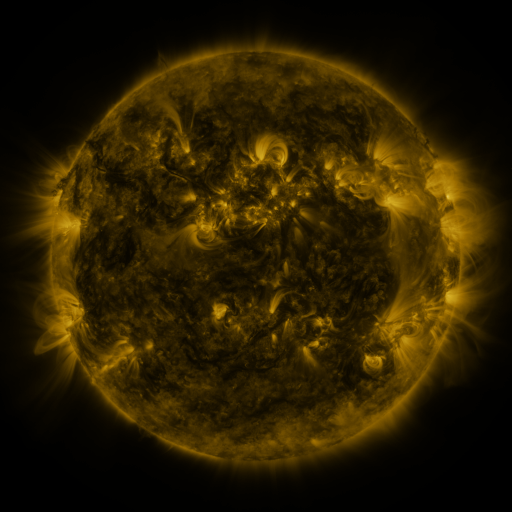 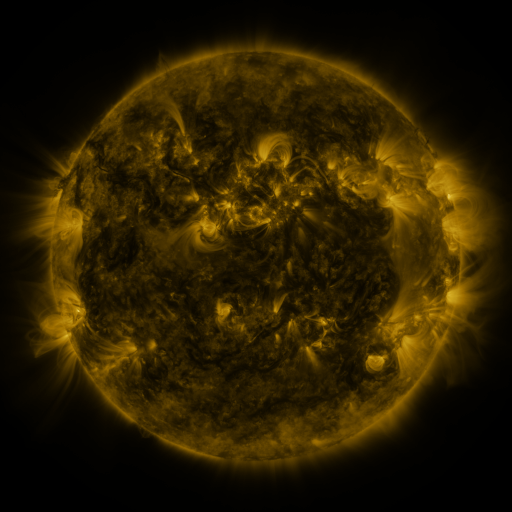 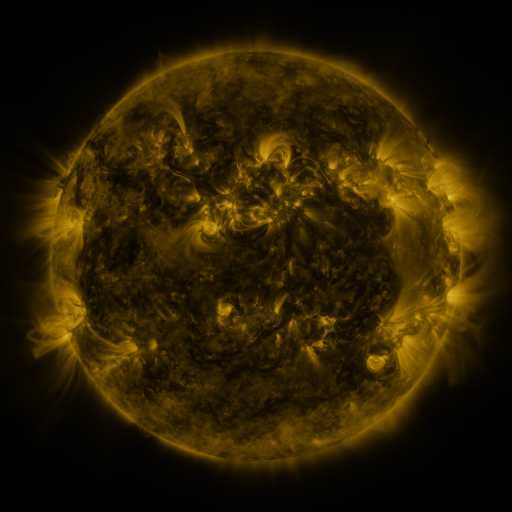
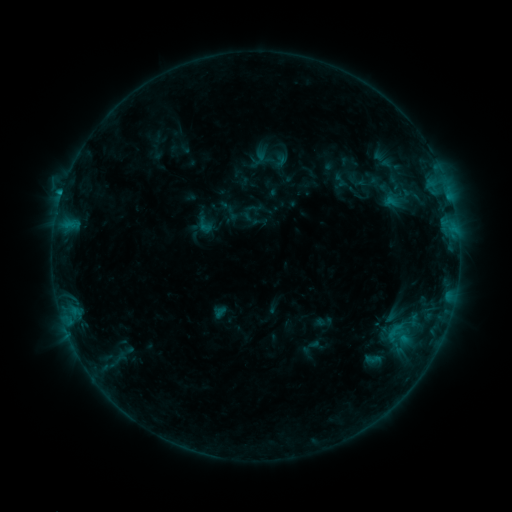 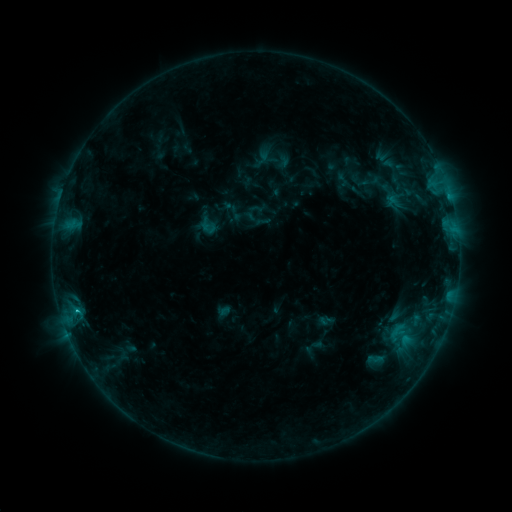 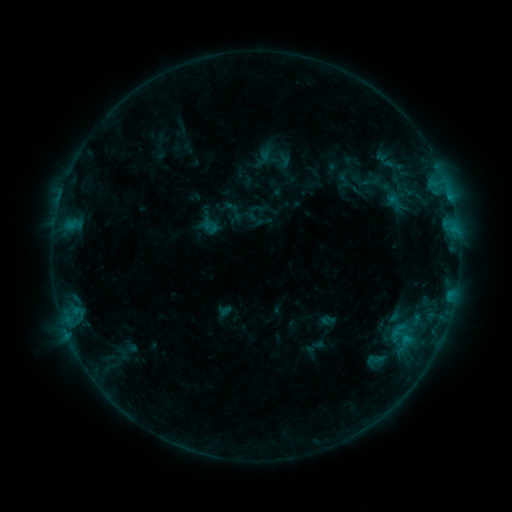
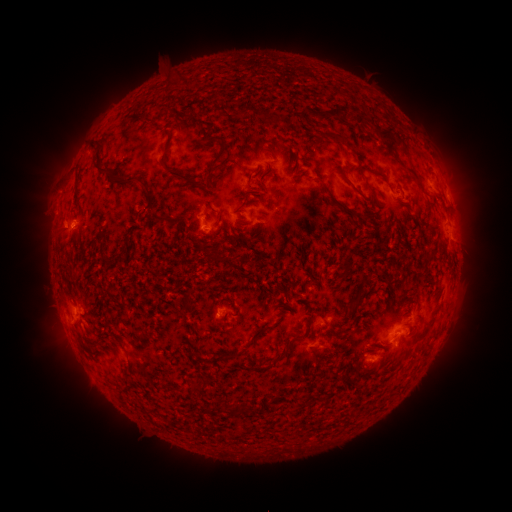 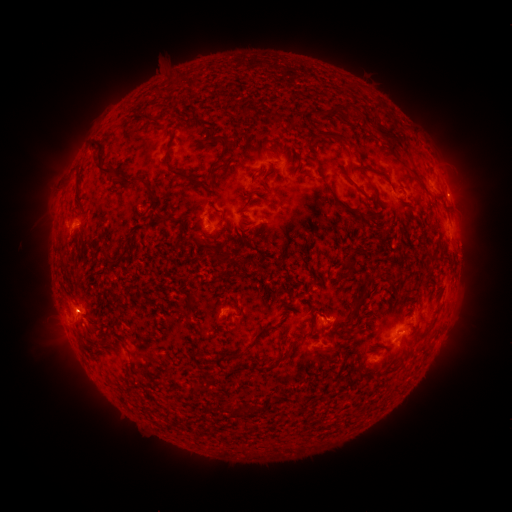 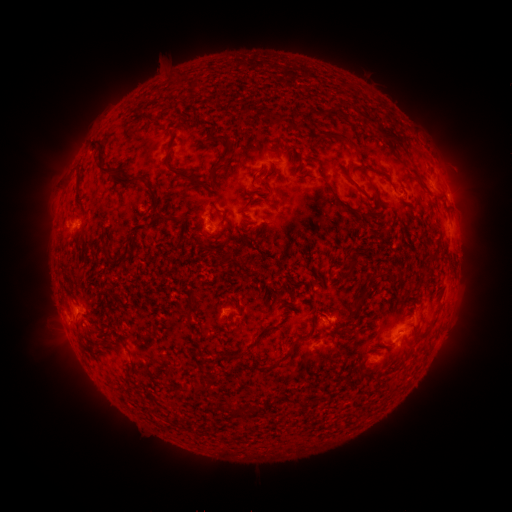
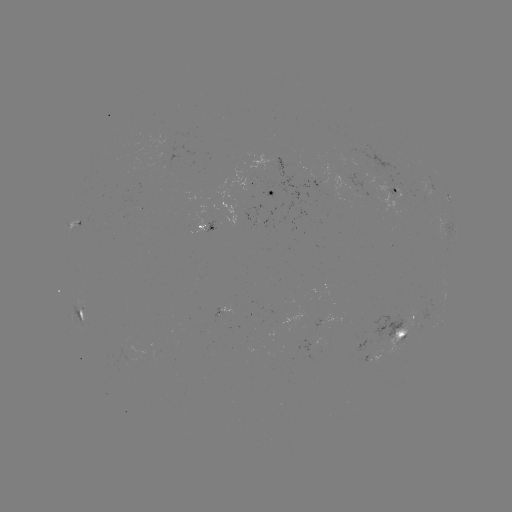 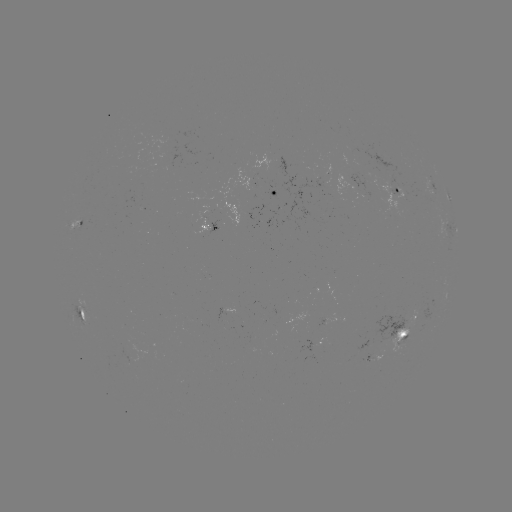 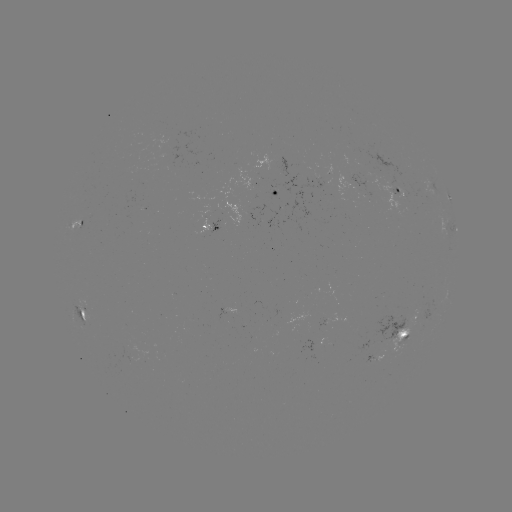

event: emerging-flux region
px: (404, 342)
